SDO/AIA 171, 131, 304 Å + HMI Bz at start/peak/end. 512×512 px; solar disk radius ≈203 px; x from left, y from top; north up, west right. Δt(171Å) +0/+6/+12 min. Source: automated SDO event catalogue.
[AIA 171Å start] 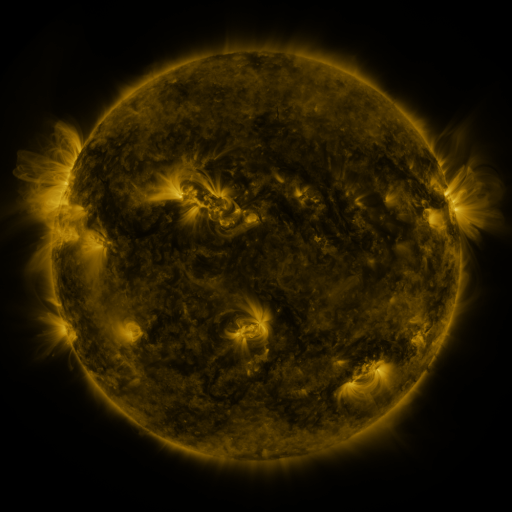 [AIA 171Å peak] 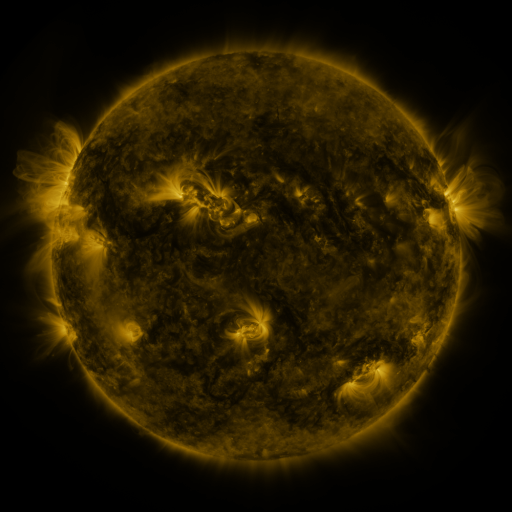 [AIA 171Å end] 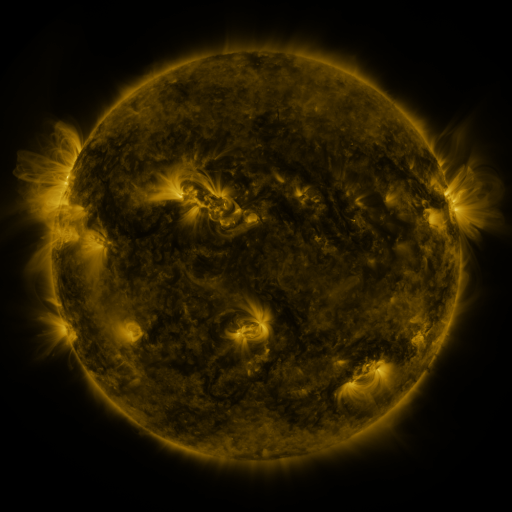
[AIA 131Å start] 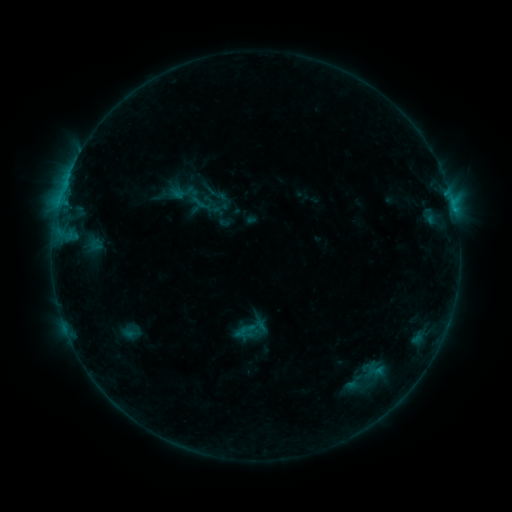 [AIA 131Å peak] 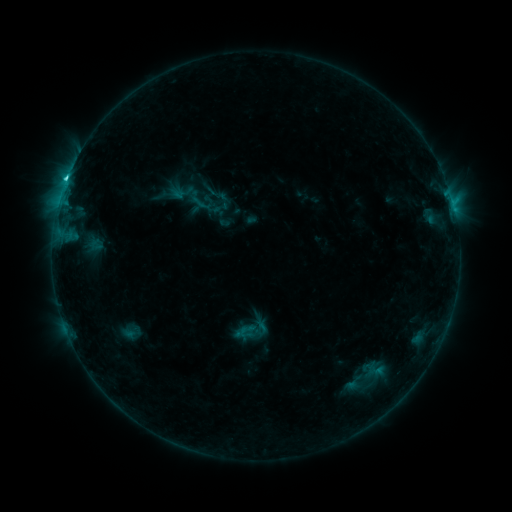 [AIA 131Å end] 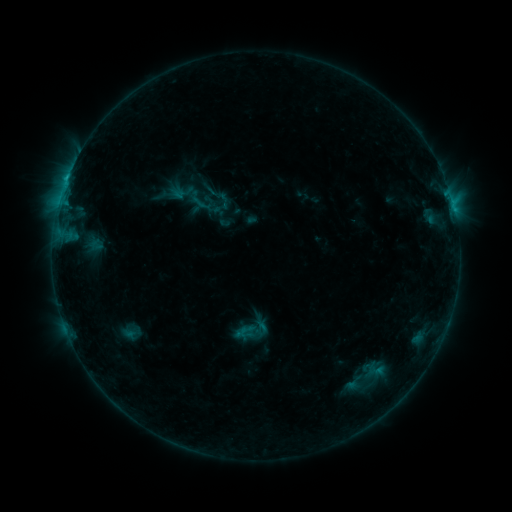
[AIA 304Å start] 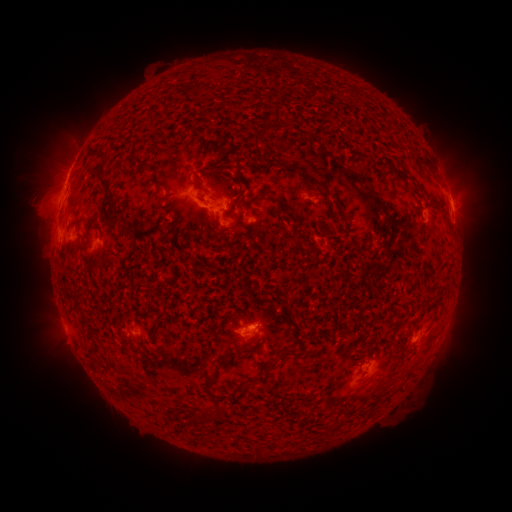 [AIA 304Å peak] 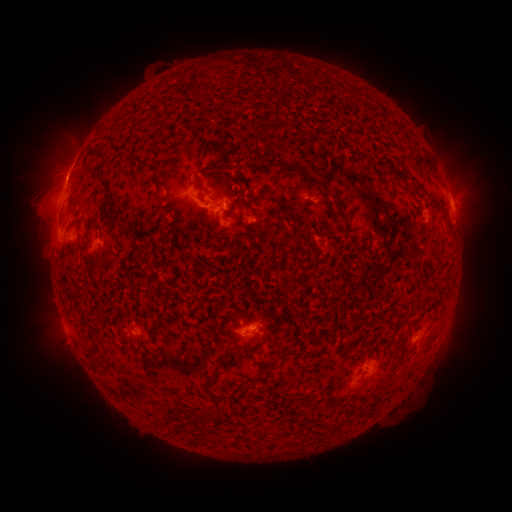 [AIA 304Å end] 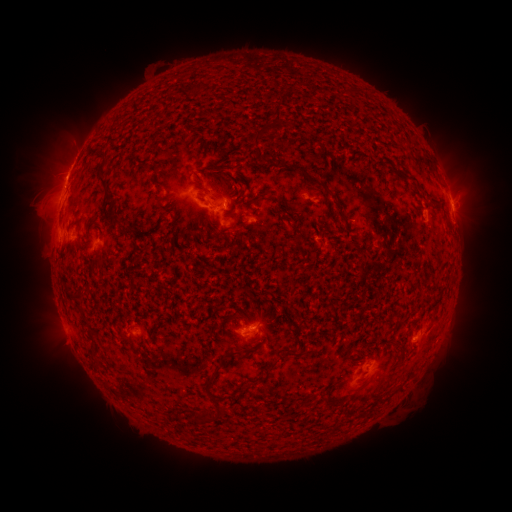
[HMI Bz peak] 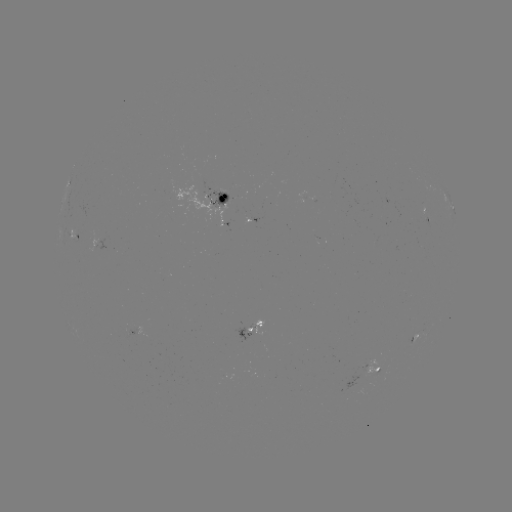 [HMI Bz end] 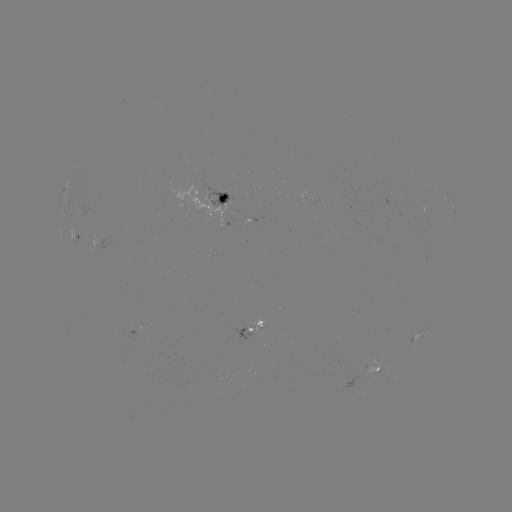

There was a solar flare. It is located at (67, 181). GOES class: C2.0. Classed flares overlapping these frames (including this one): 1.